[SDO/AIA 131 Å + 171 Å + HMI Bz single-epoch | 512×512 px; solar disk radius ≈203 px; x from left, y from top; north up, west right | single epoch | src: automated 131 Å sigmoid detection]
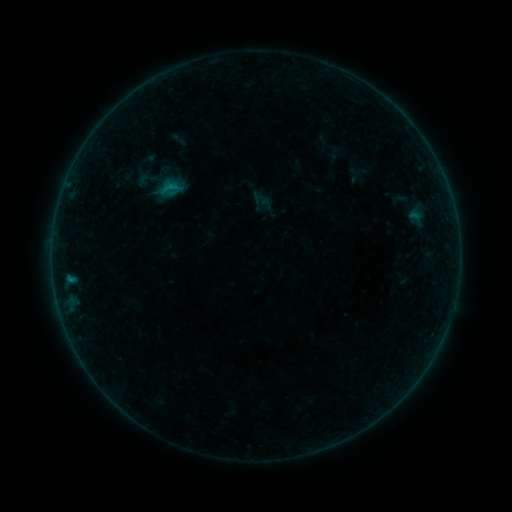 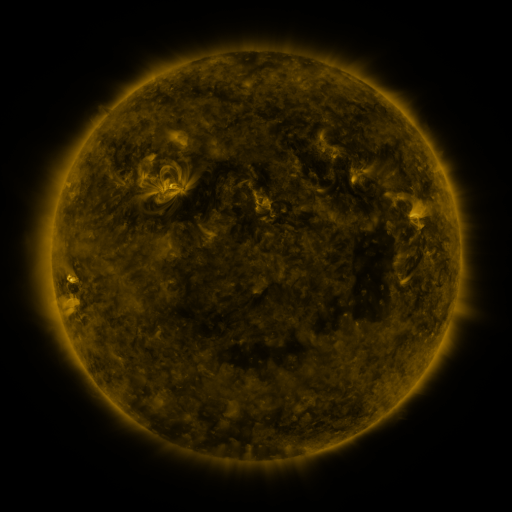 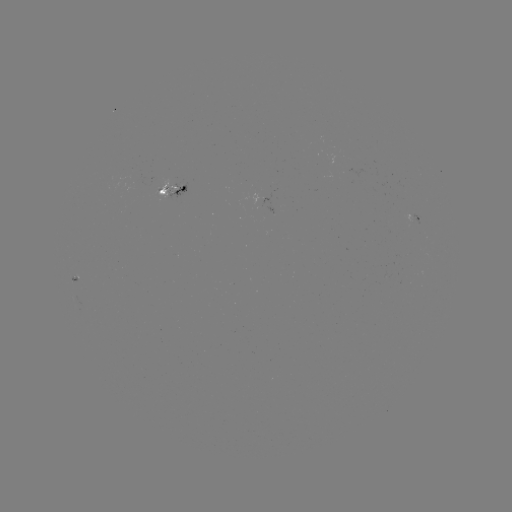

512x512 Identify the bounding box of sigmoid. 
[136, 168, 157, 189].